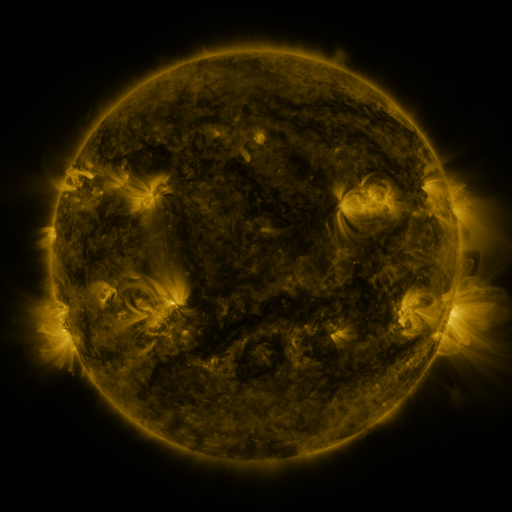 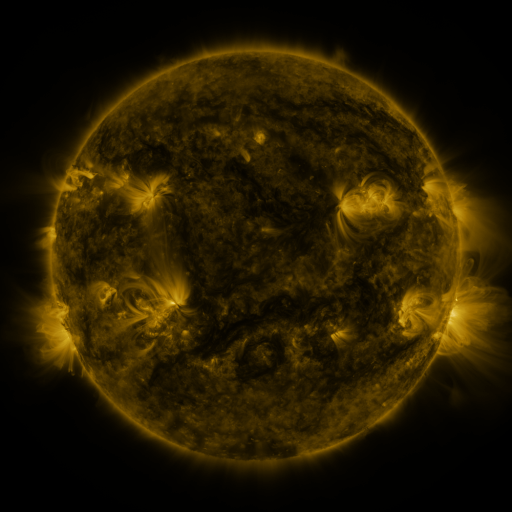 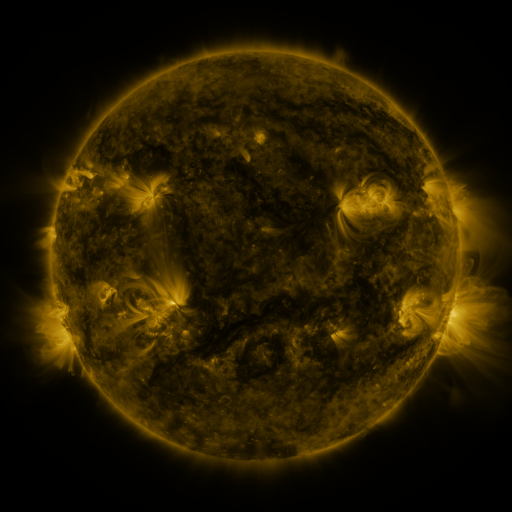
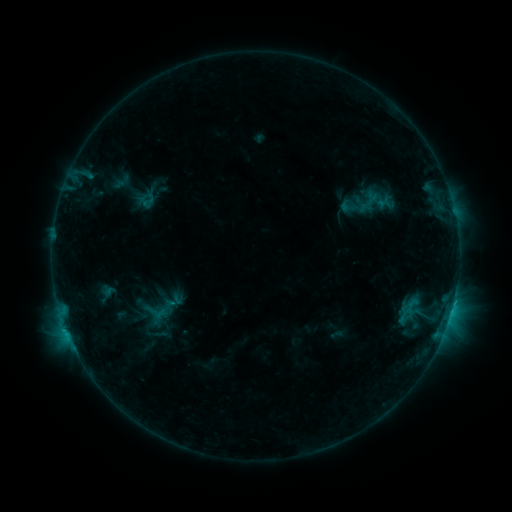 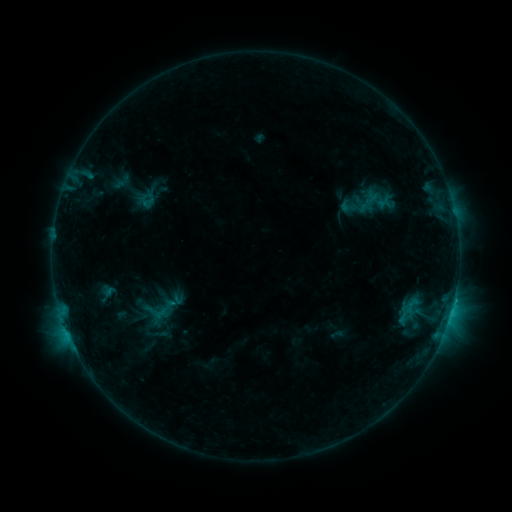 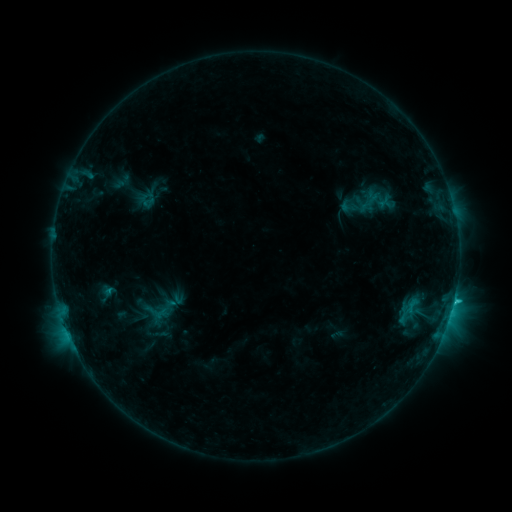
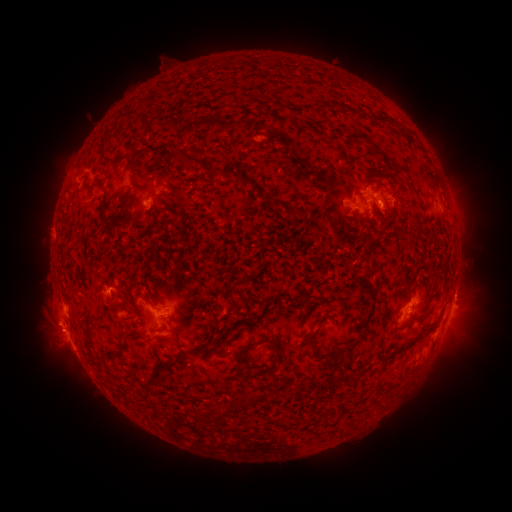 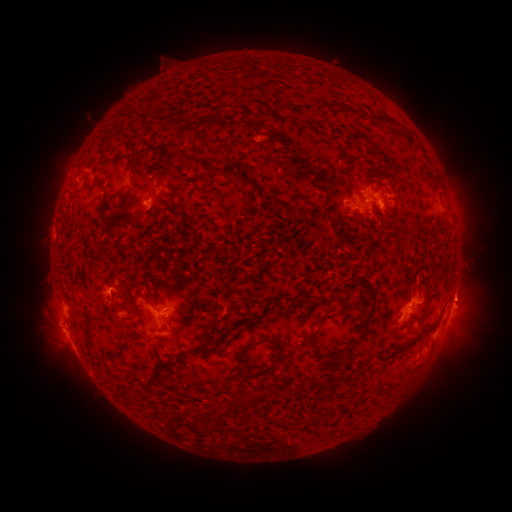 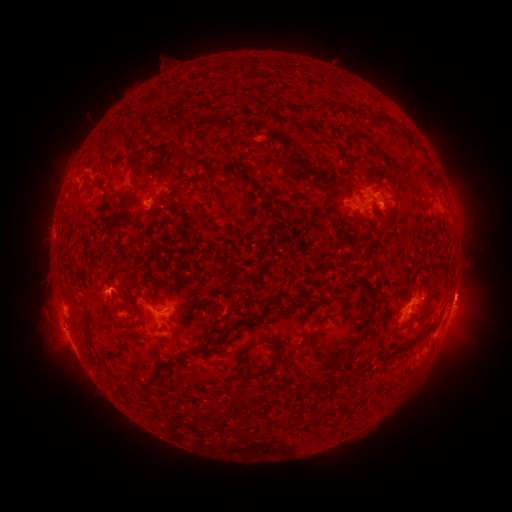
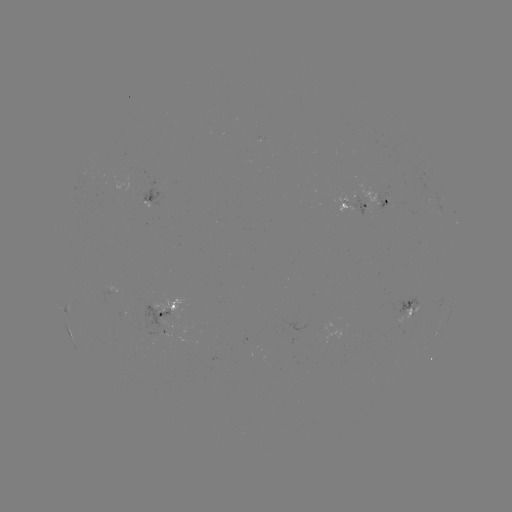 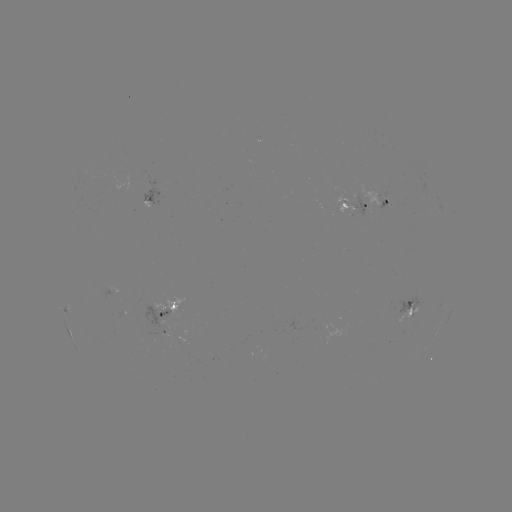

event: flare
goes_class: C2.2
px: (454, 297)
